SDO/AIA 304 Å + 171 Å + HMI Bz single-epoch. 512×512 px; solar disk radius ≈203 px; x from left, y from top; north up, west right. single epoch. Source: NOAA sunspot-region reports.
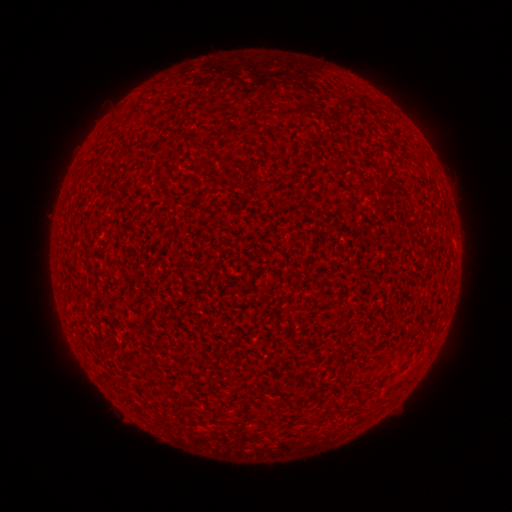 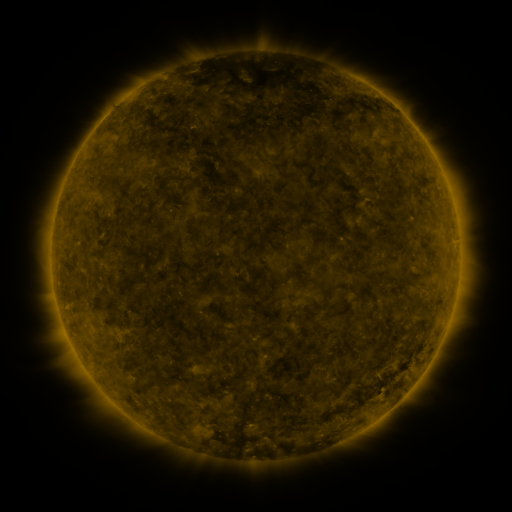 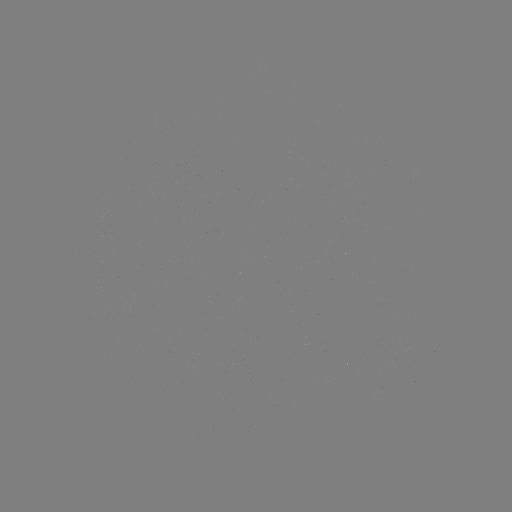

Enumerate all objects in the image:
(none)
